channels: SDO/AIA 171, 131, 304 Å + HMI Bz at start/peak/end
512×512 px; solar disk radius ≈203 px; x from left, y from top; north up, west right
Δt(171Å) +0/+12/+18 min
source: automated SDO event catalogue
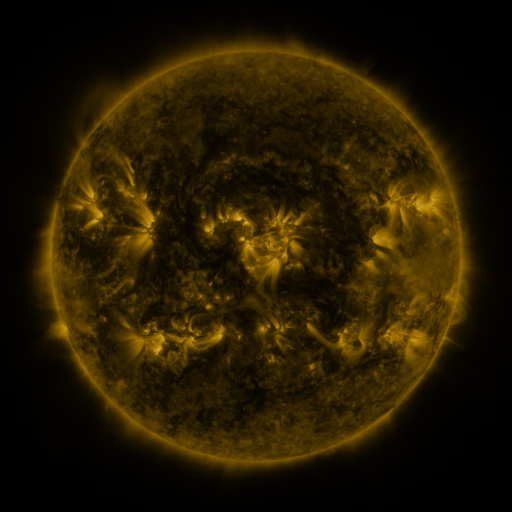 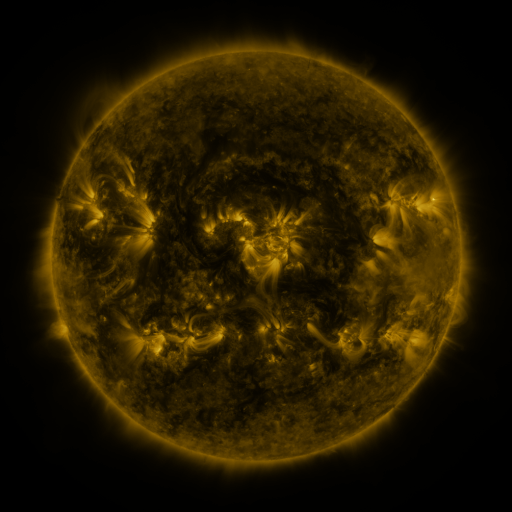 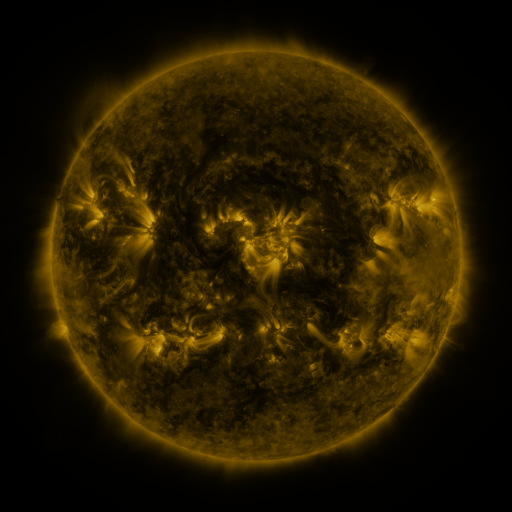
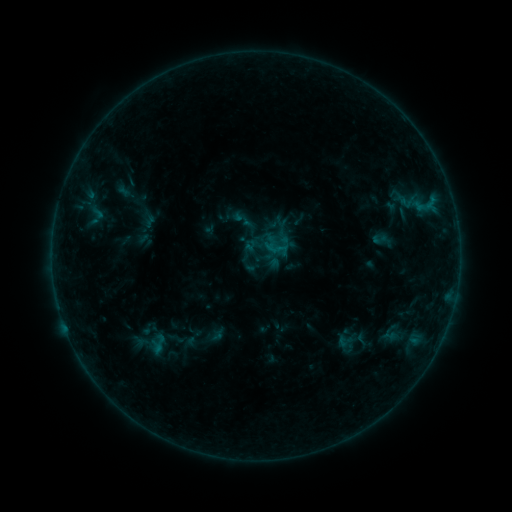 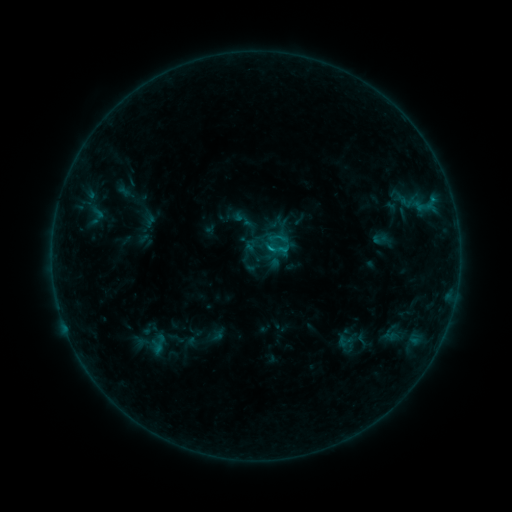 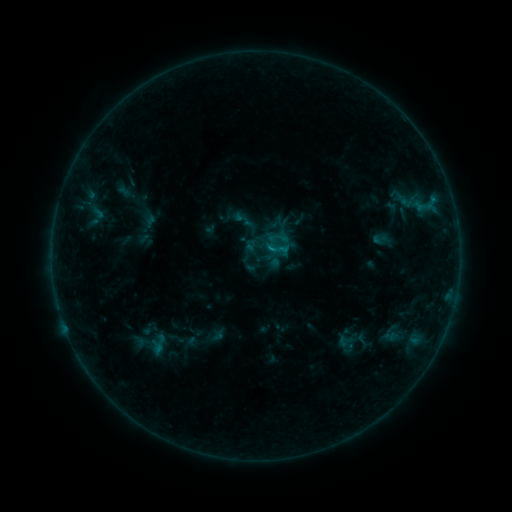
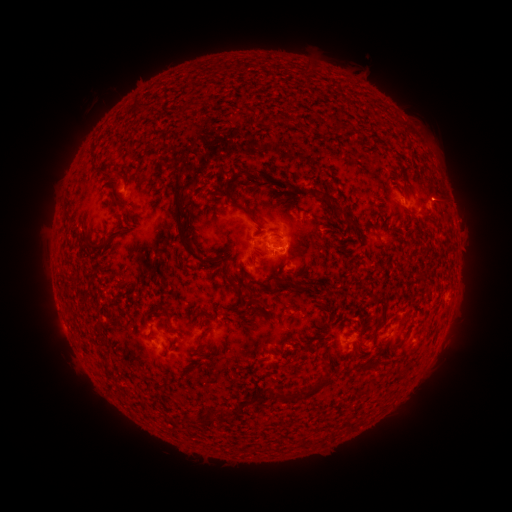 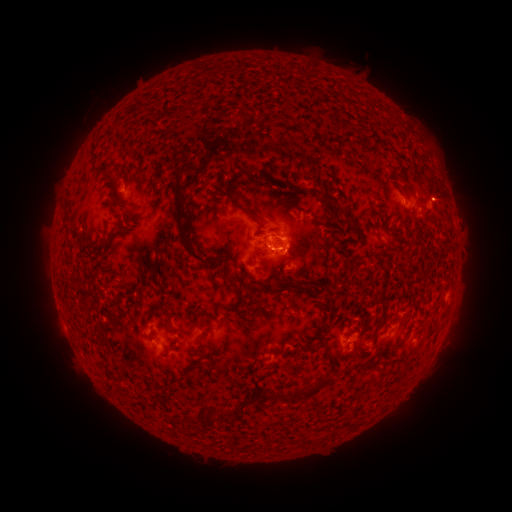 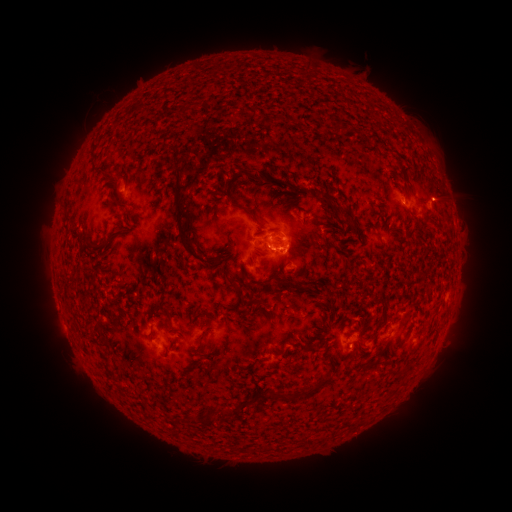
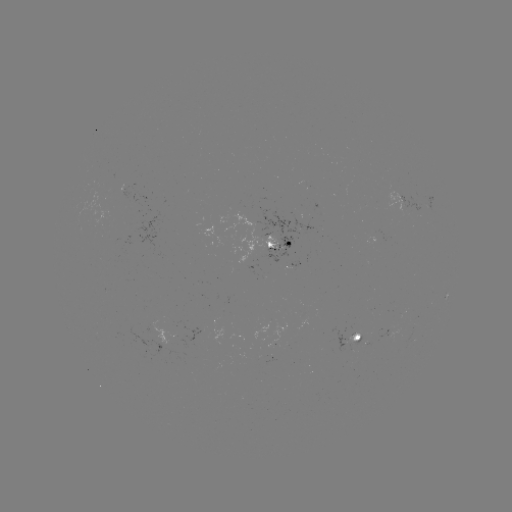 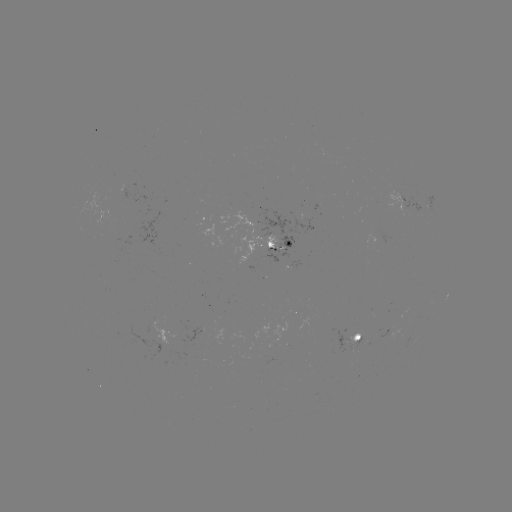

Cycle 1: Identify B7.0 flare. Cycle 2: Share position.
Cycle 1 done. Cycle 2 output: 270,252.